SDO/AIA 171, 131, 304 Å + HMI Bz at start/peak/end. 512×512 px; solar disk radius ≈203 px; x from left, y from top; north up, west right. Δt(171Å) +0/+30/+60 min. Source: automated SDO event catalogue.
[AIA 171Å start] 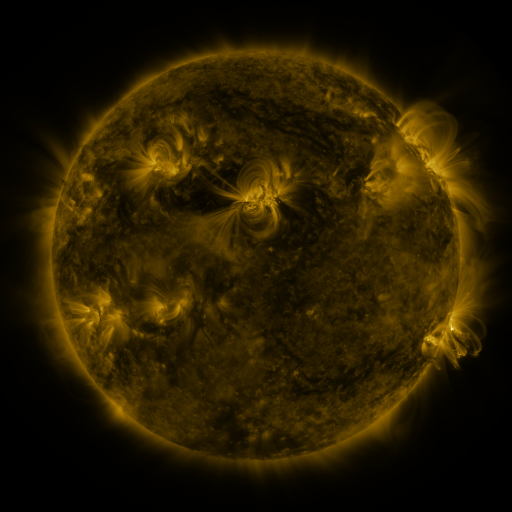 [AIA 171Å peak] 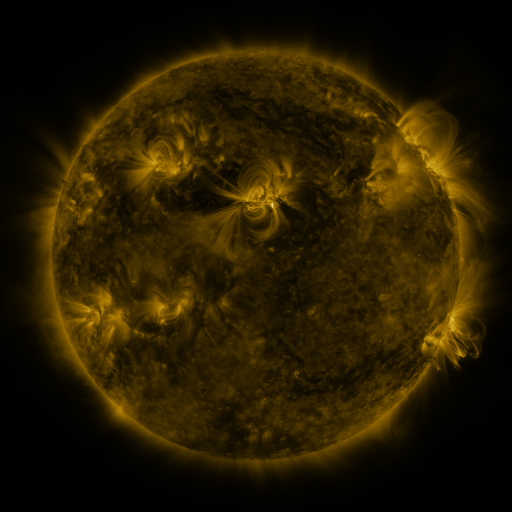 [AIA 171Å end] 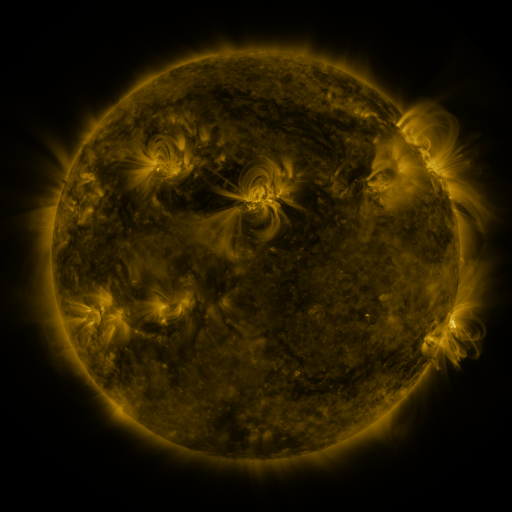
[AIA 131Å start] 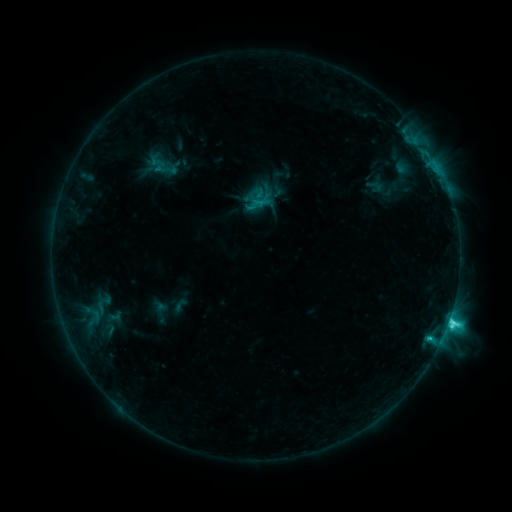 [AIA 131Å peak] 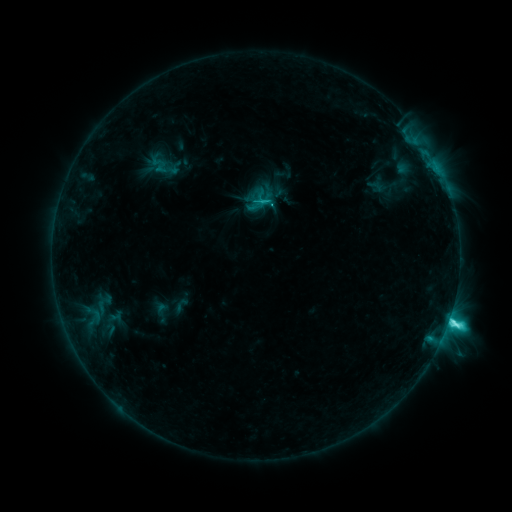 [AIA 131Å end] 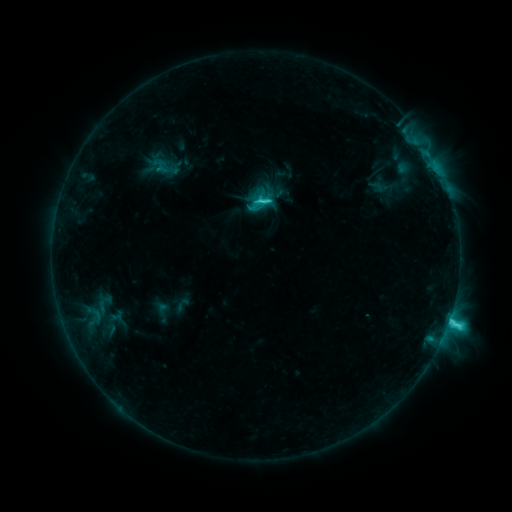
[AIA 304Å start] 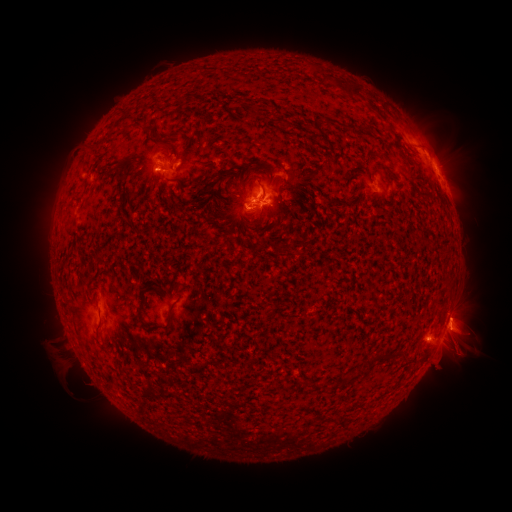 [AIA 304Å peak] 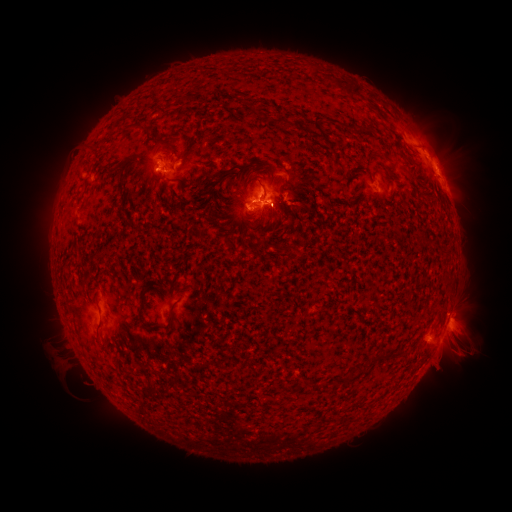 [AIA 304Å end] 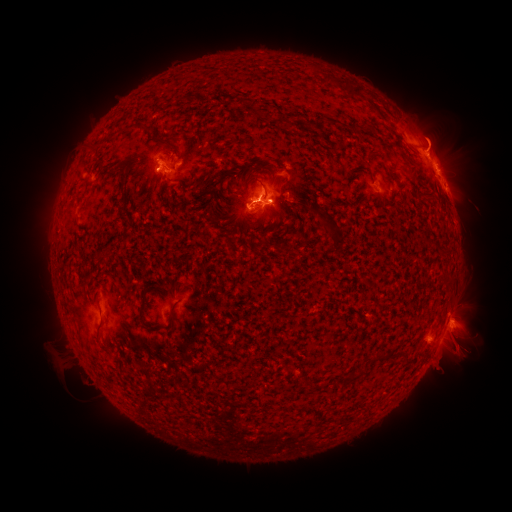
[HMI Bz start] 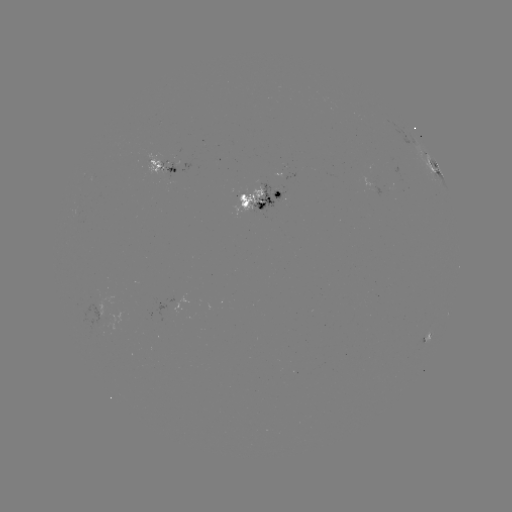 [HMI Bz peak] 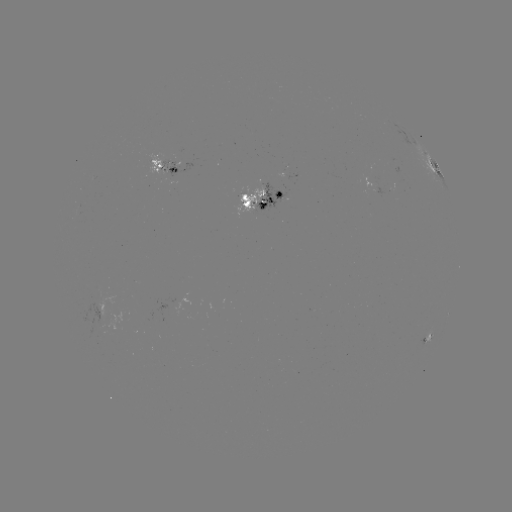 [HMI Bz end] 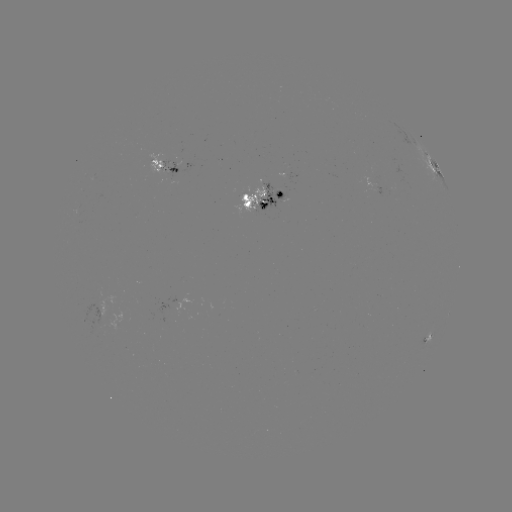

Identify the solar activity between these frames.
emerging-flux region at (169, 170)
